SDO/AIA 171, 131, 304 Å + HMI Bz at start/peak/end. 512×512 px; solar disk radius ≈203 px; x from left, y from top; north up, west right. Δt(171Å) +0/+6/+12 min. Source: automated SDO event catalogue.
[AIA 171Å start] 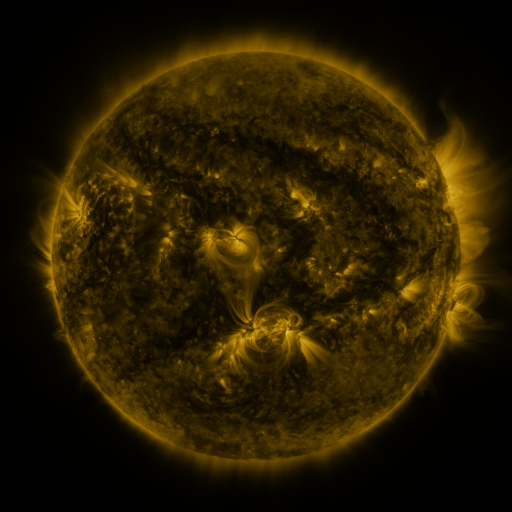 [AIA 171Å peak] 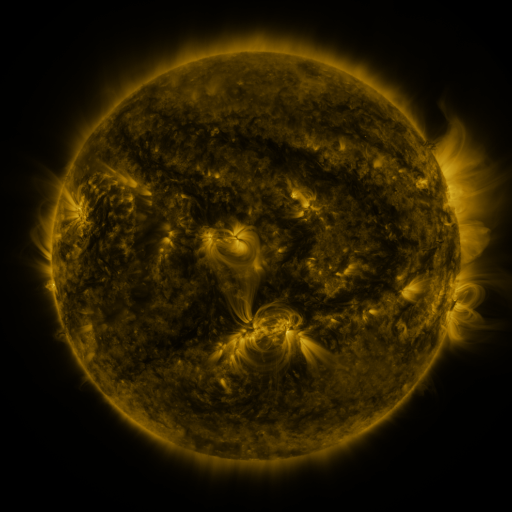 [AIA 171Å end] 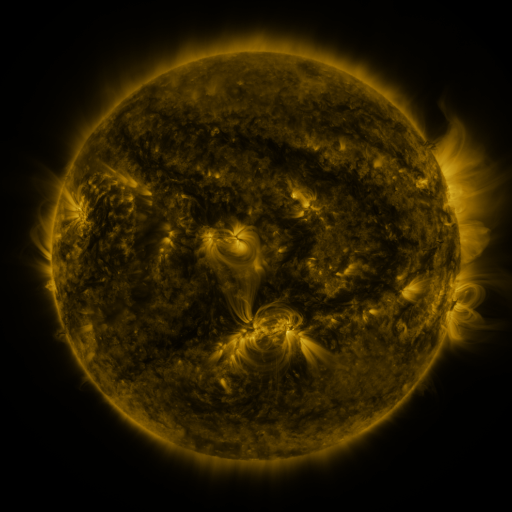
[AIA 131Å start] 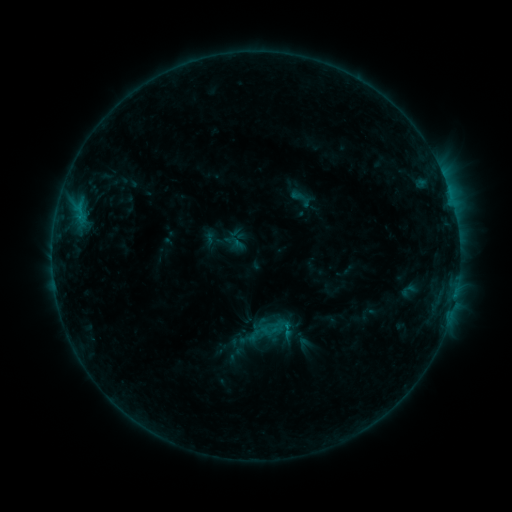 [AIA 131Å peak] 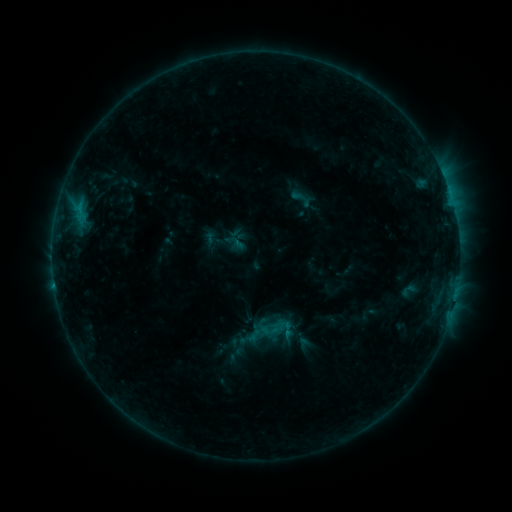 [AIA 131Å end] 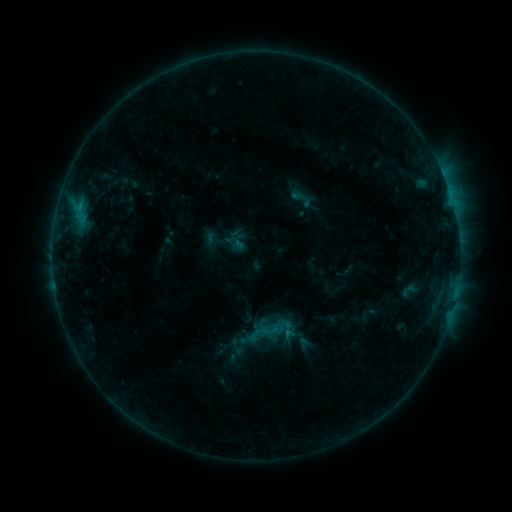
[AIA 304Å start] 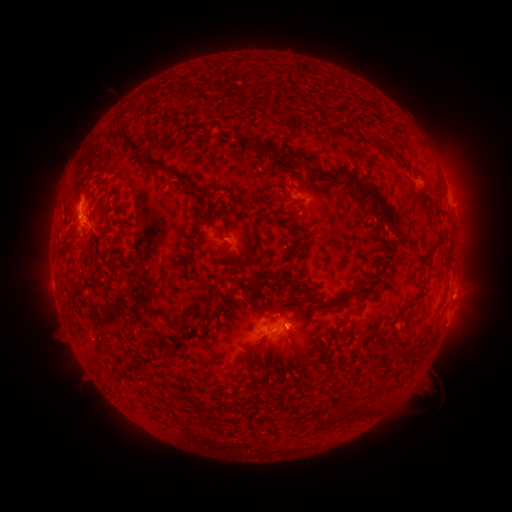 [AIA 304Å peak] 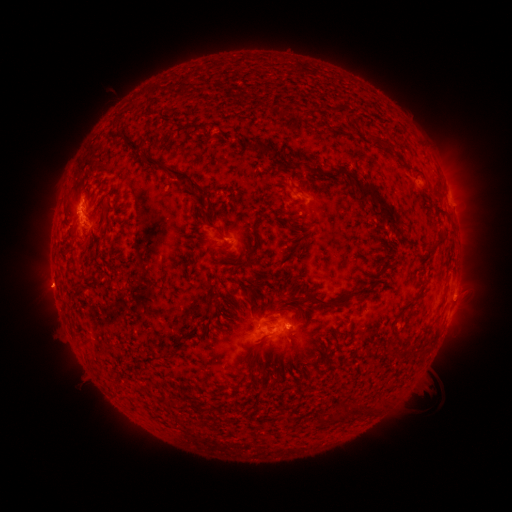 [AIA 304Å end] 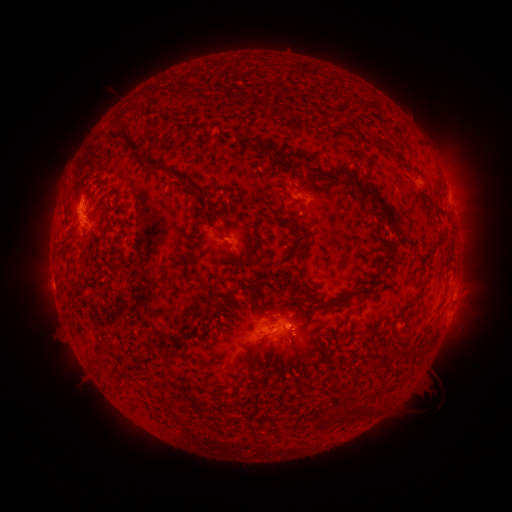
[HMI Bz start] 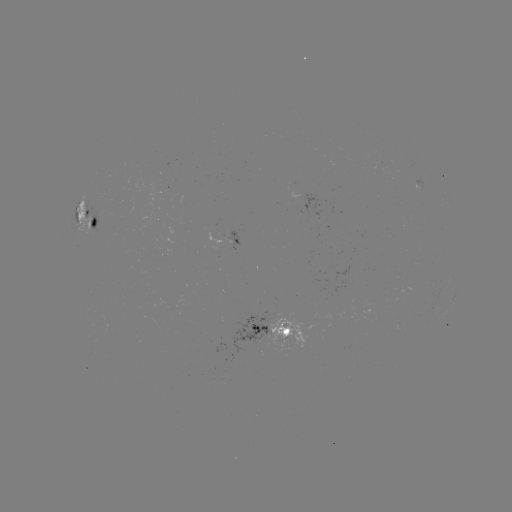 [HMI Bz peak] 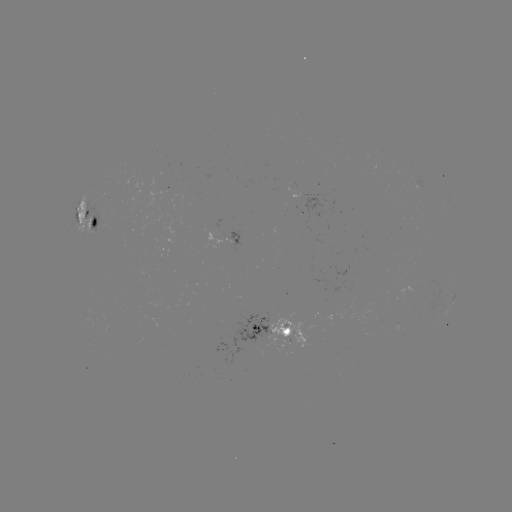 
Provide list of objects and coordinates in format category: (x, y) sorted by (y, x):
eruption: (51, 289)
